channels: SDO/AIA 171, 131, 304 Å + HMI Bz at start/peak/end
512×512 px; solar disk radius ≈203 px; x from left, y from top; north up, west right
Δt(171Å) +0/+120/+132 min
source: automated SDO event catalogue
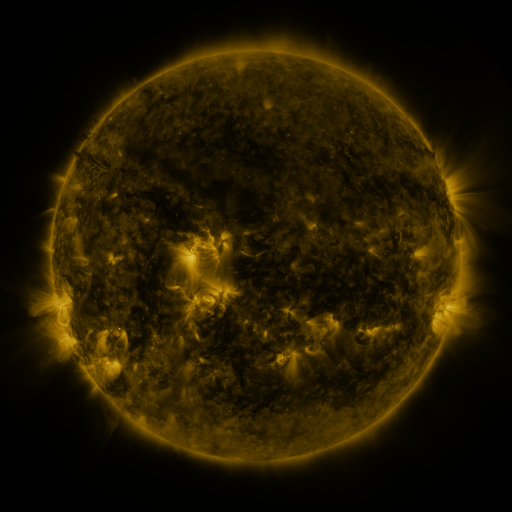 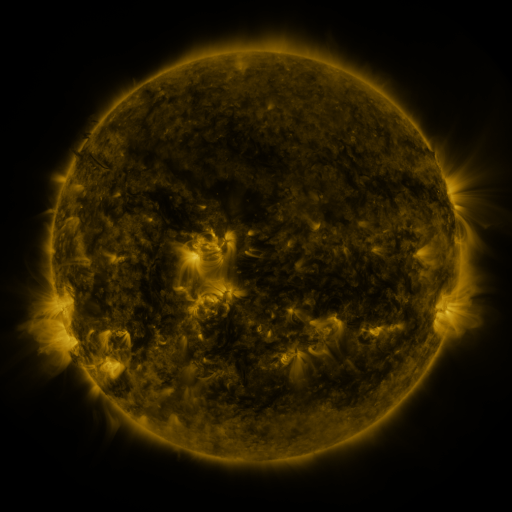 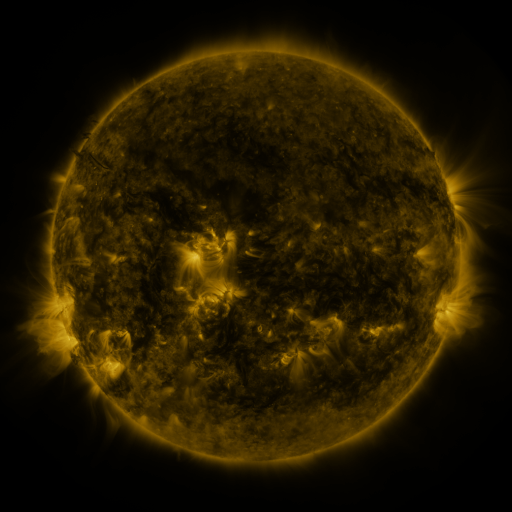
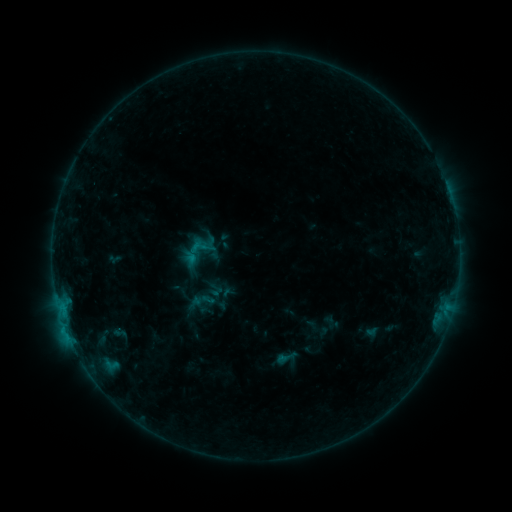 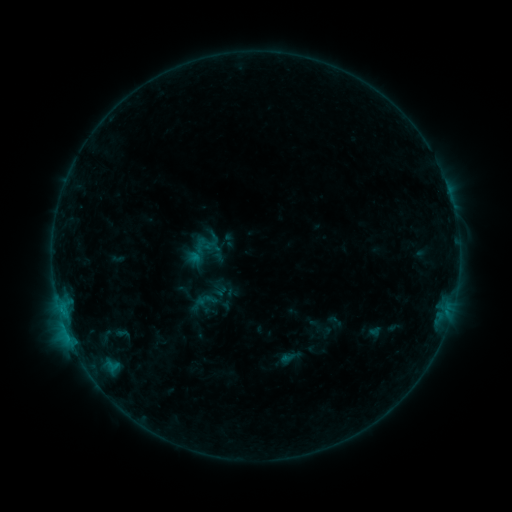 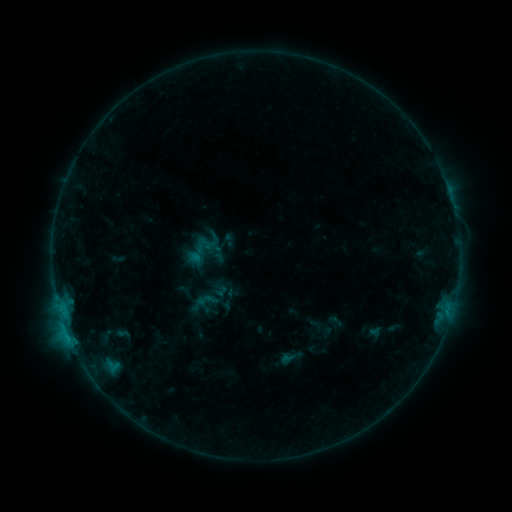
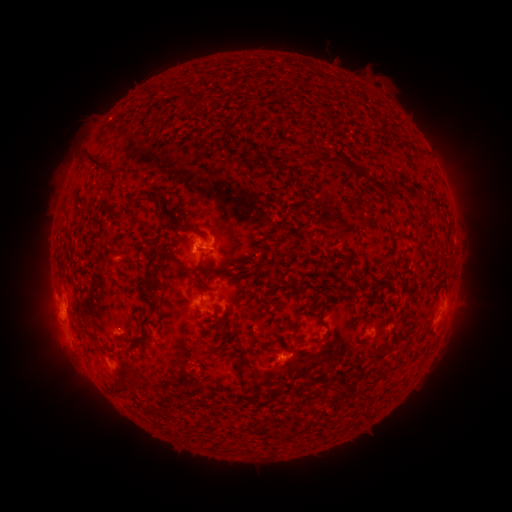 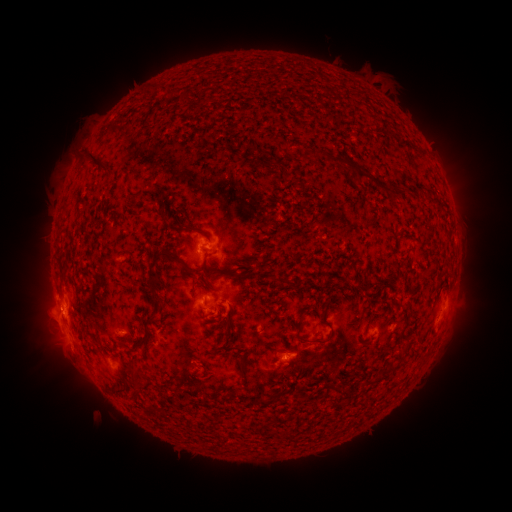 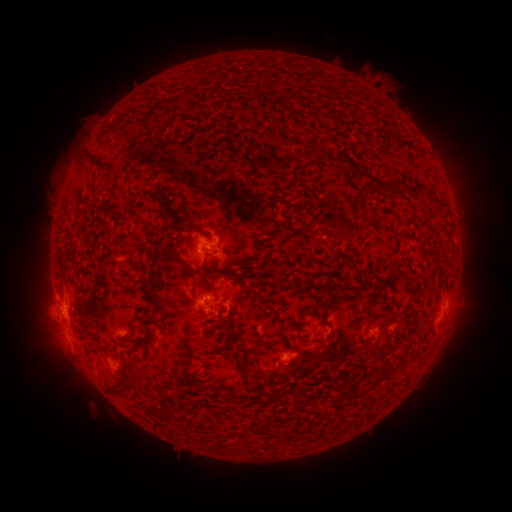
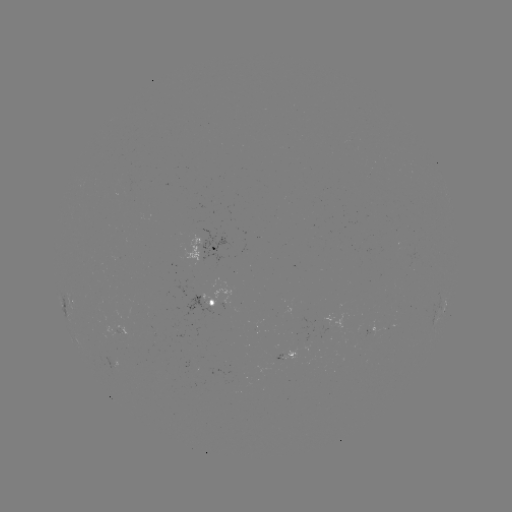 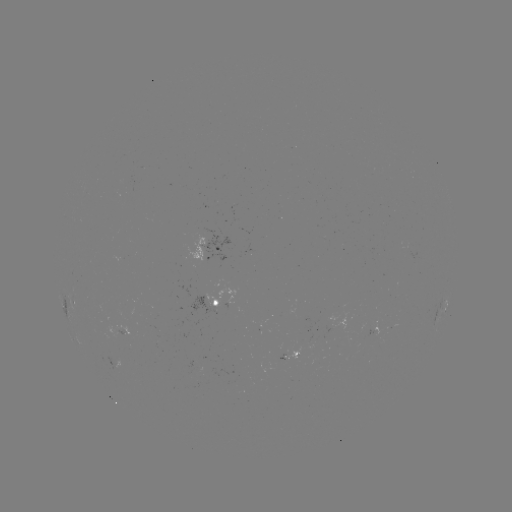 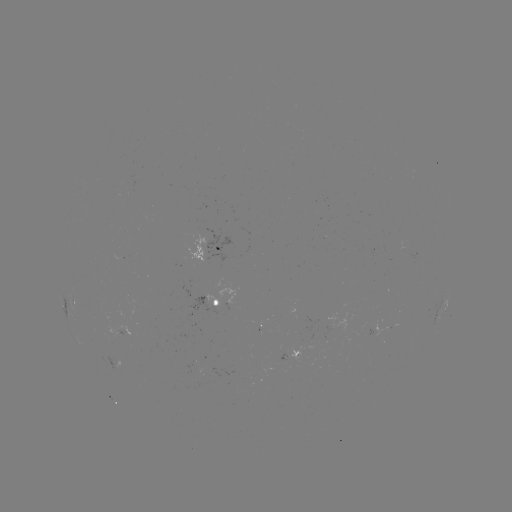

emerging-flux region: (113, 325, 126, 336)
